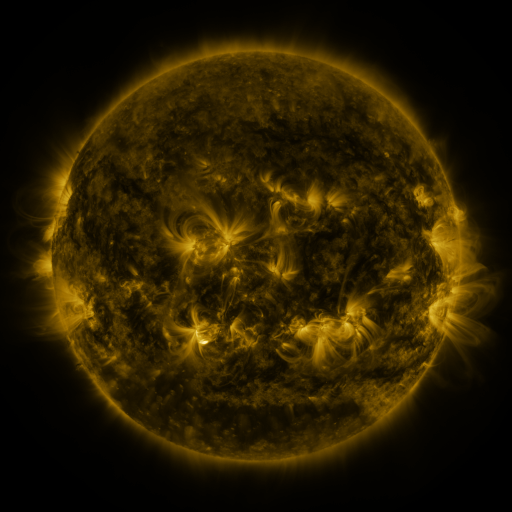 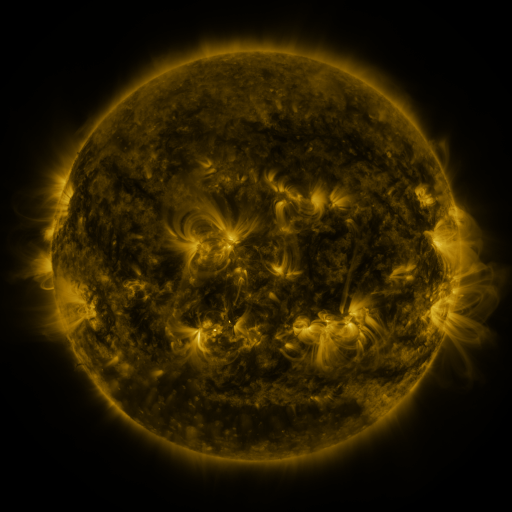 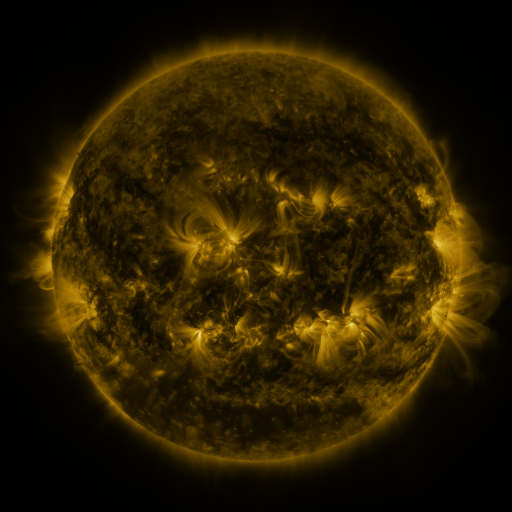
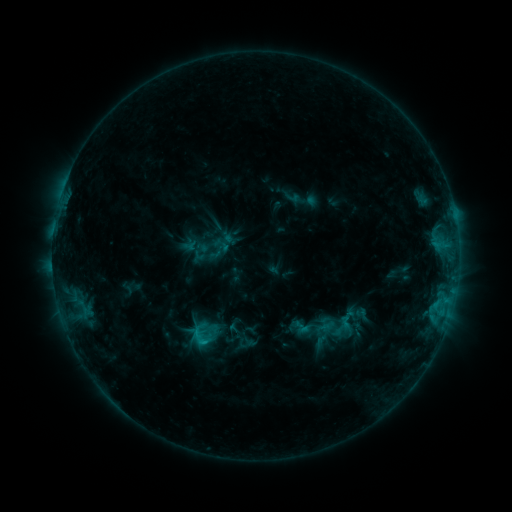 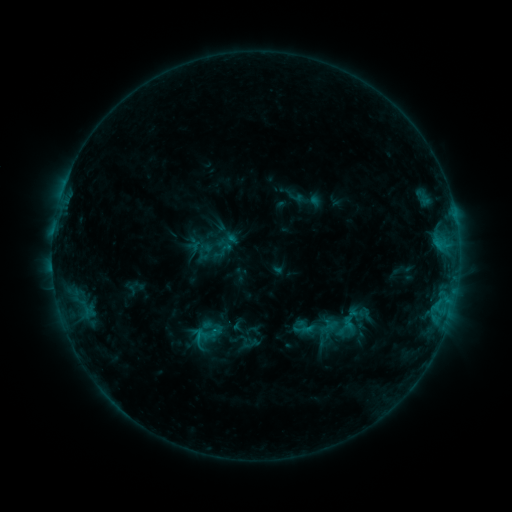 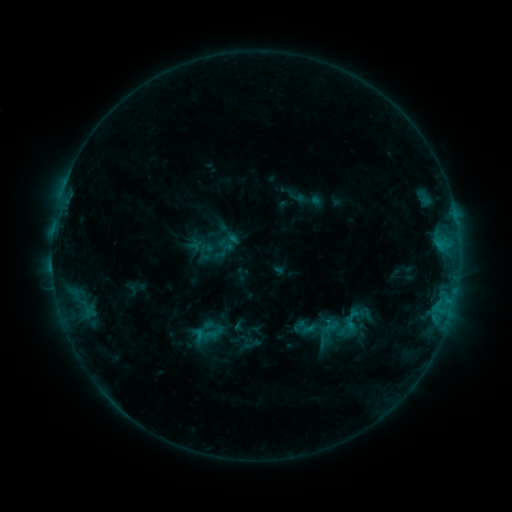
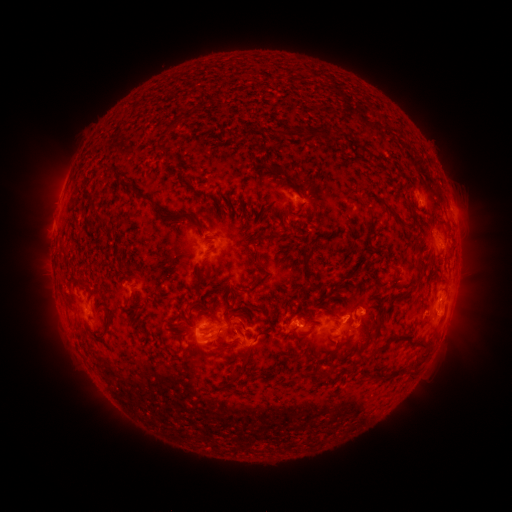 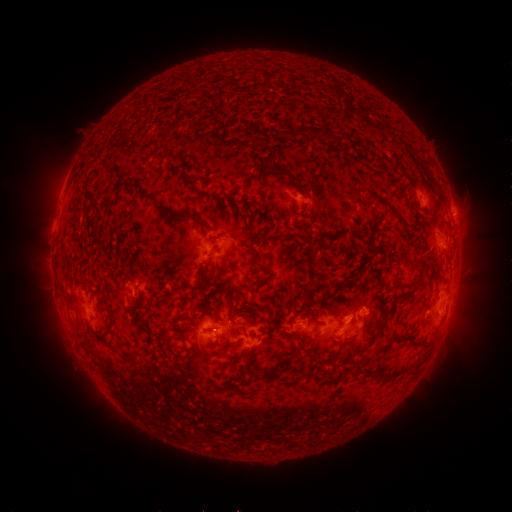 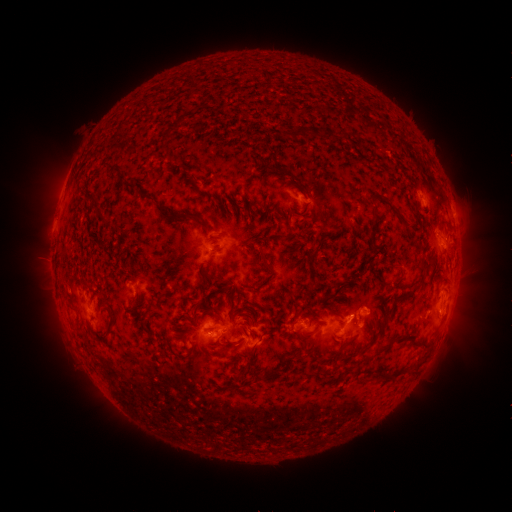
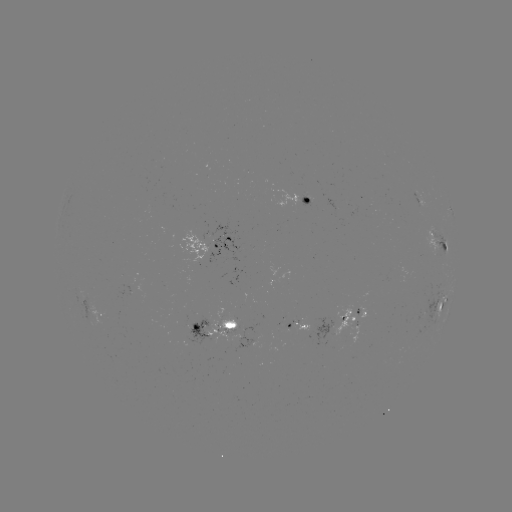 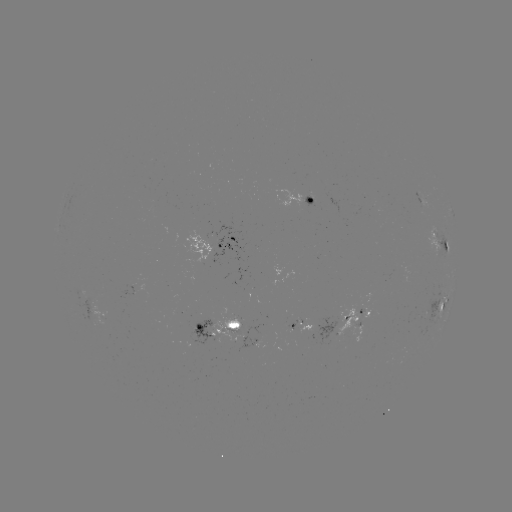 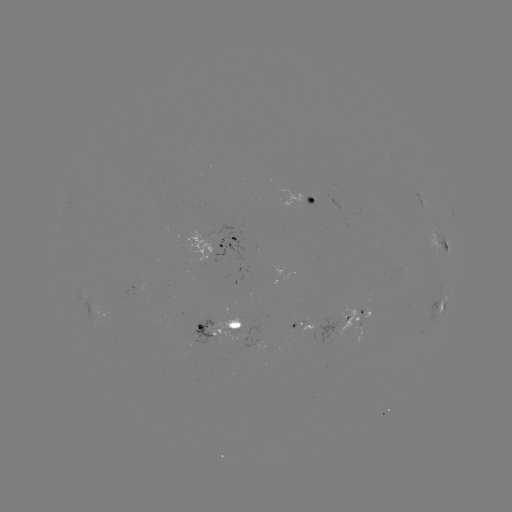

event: emerging-flux region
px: (335, 333)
